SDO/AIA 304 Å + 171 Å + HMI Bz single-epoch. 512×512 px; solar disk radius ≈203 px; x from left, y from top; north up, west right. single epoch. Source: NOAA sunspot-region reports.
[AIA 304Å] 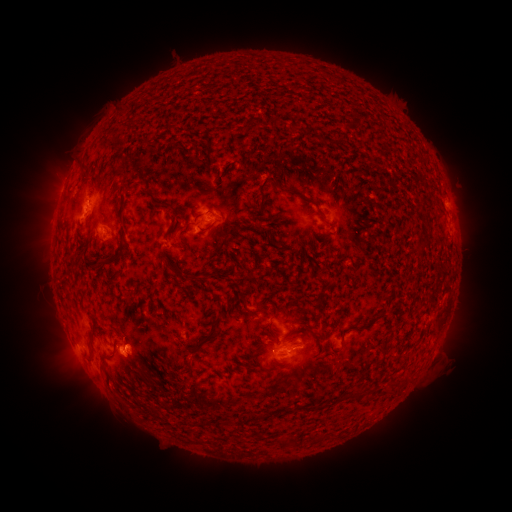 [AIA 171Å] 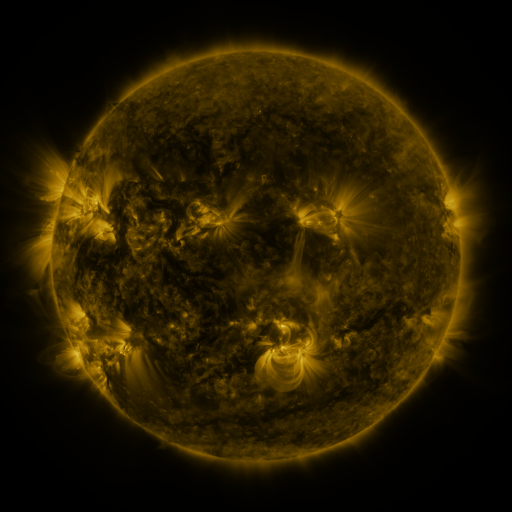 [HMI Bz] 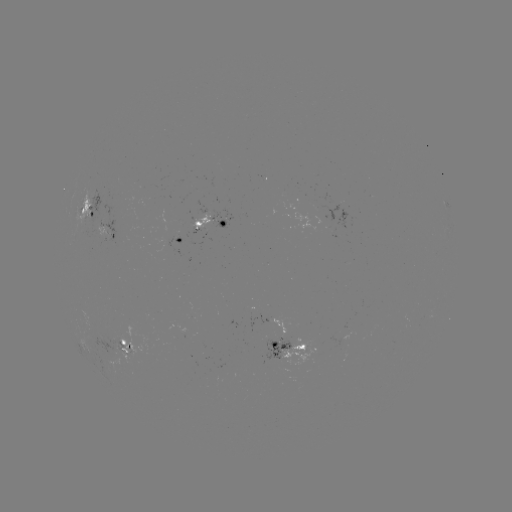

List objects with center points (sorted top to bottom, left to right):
spotted active region: (449, 201)
spotted active region: (89, 205)
spotted active region: (211, 213)
spotted active region: (106, 227)
spotted active region: (170, 233)
spotted active region: (290, 315)
spotted active region: (127, 339)
spotted active region: (288, 342)
